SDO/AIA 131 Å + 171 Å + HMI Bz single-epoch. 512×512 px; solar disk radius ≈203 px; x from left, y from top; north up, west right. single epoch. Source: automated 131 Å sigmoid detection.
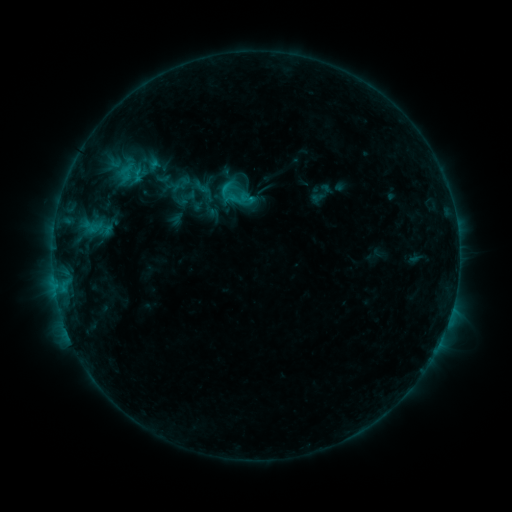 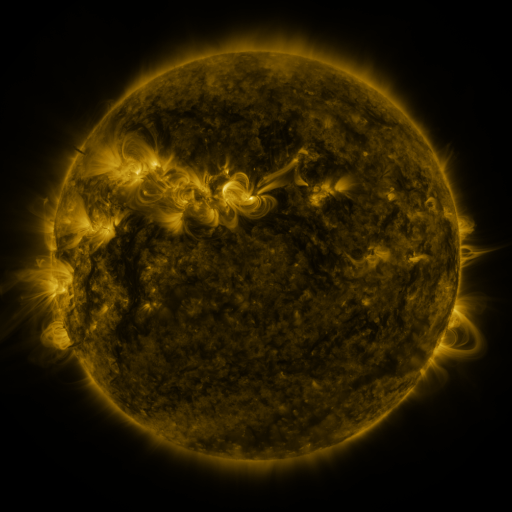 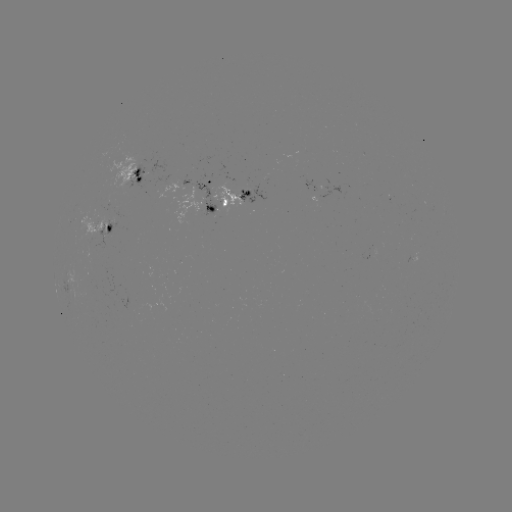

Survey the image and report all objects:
sigmoid: (193, 178, 212, 197)
sigmoid: (238, 189, 256, 207)
